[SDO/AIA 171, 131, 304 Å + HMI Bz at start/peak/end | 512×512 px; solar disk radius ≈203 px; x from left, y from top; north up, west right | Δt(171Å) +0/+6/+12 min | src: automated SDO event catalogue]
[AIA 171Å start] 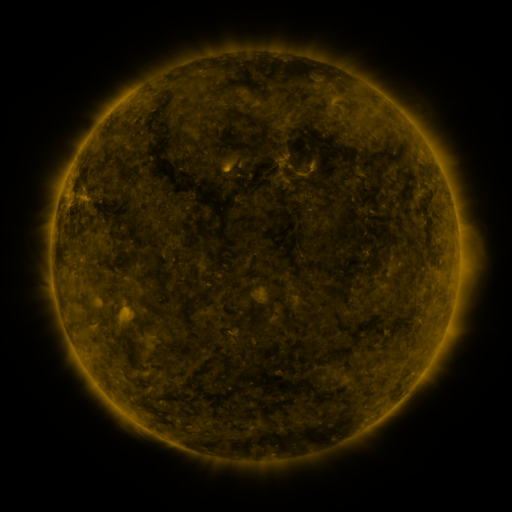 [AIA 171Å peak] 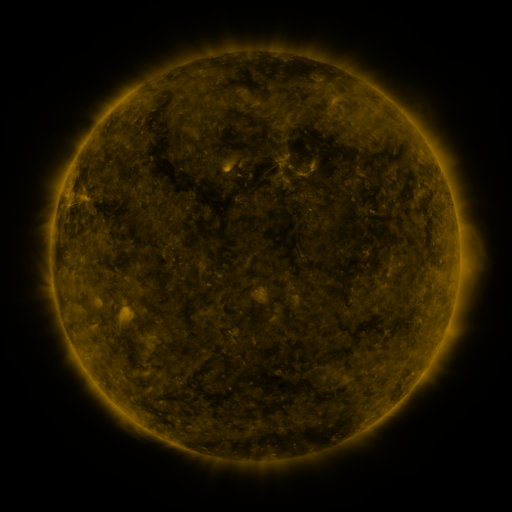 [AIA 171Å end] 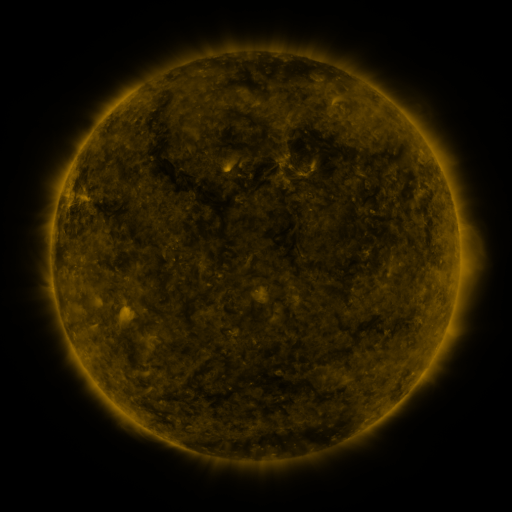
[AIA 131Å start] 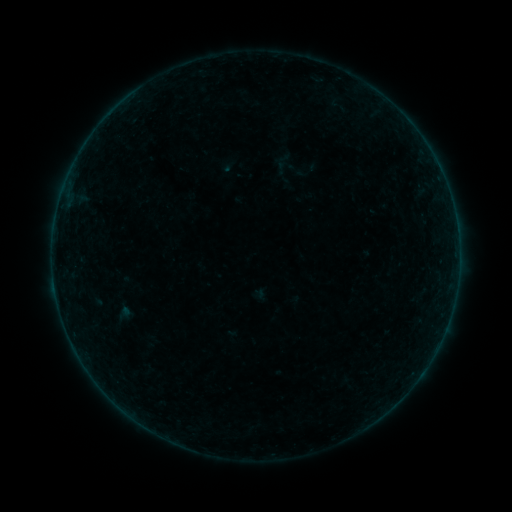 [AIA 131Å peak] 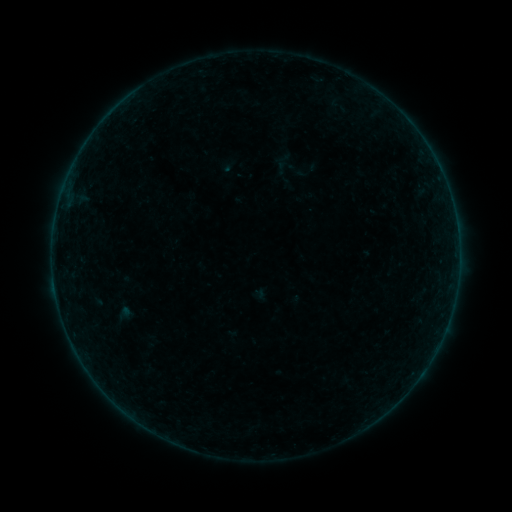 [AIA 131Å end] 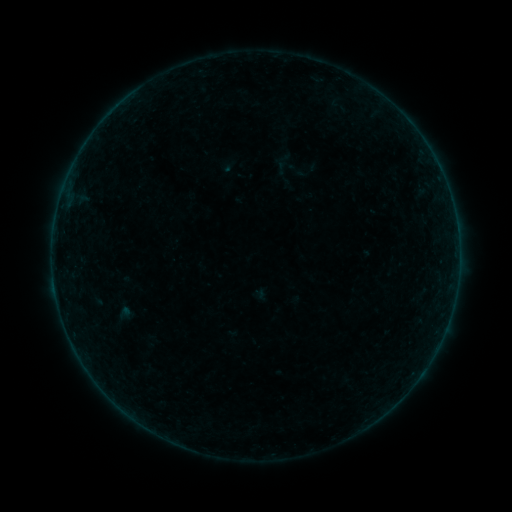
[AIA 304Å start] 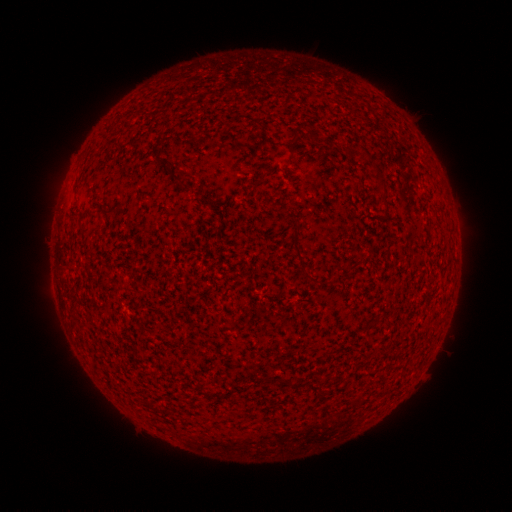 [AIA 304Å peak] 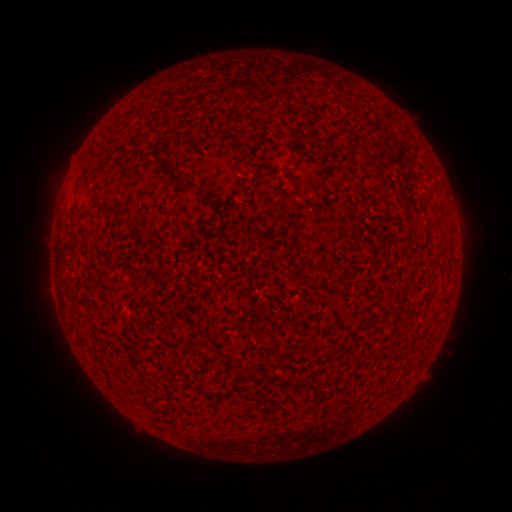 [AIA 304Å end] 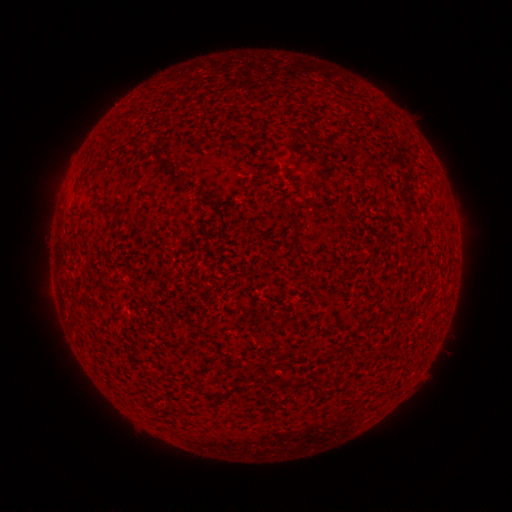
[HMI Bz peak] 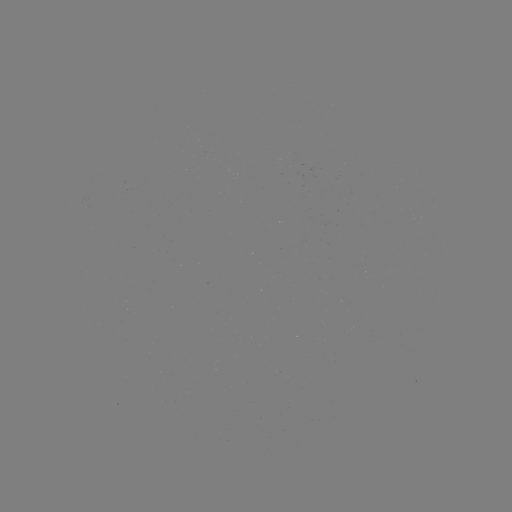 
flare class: B1.7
